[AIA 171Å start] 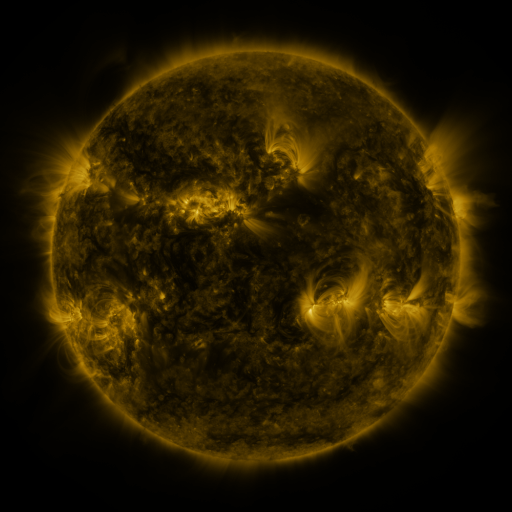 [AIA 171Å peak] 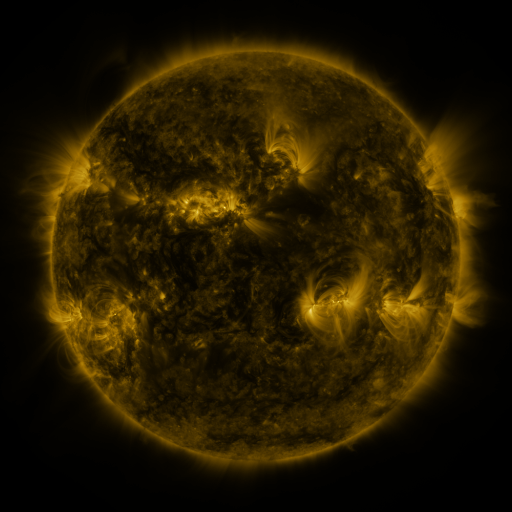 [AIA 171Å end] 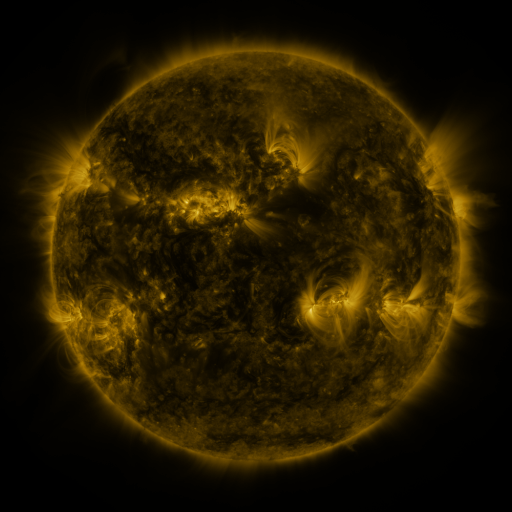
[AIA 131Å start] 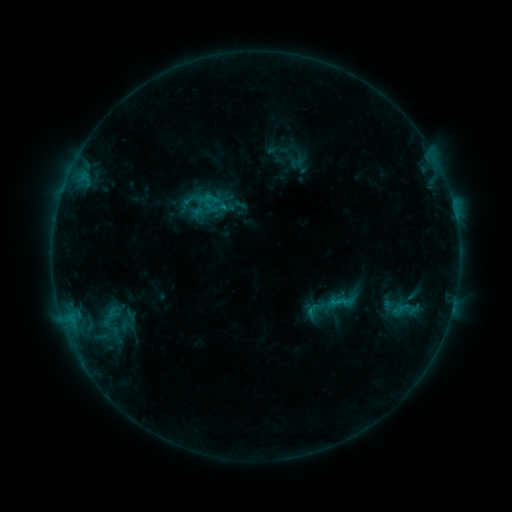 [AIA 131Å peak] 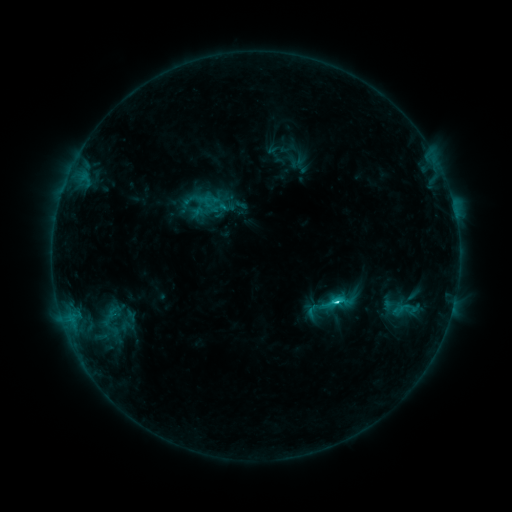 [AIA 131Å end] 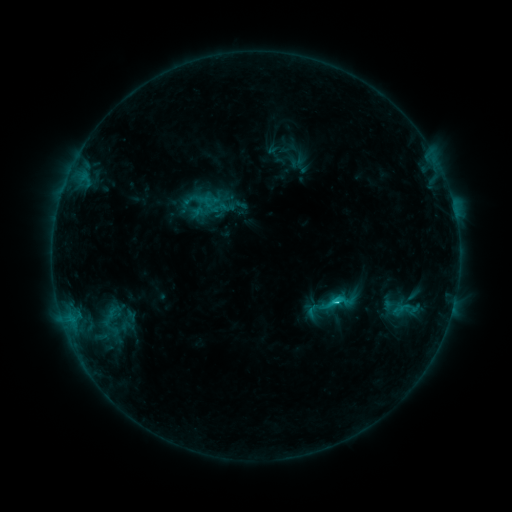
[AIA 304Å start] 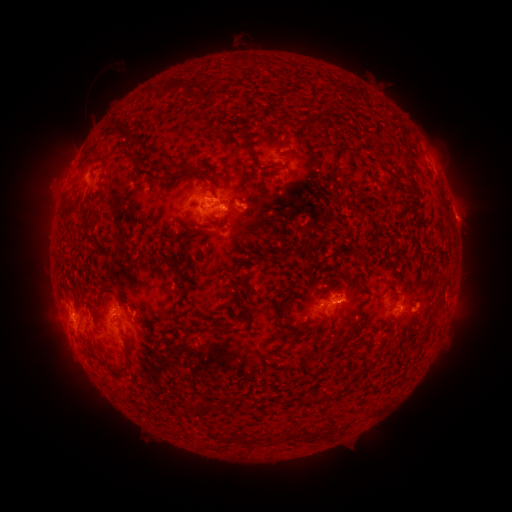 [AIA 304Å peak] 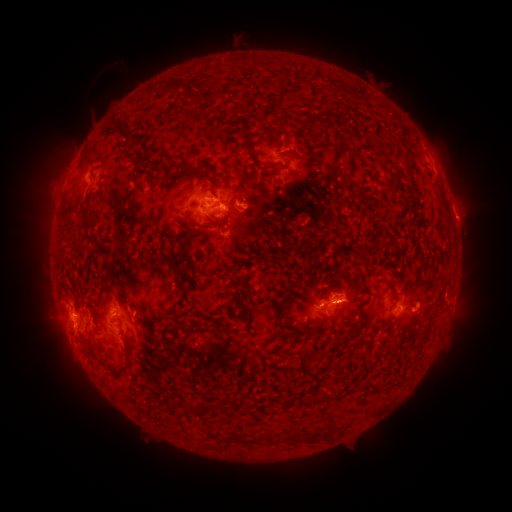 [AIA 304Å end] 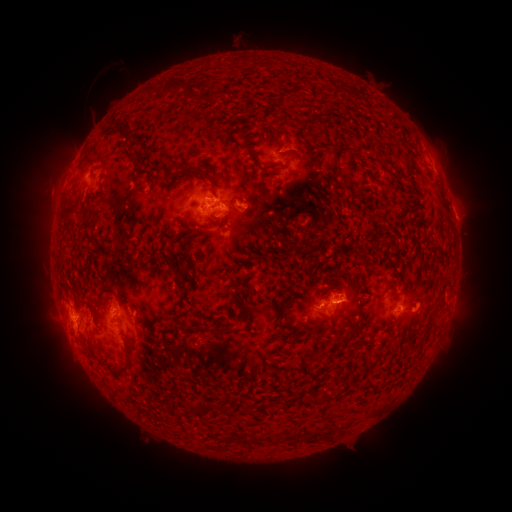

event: flare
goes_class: C2.2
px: (335, 298)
